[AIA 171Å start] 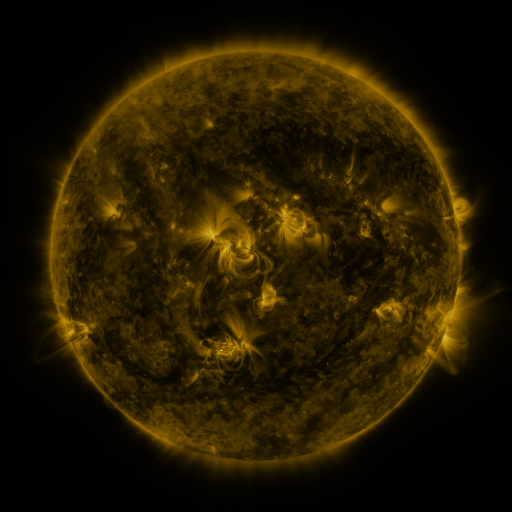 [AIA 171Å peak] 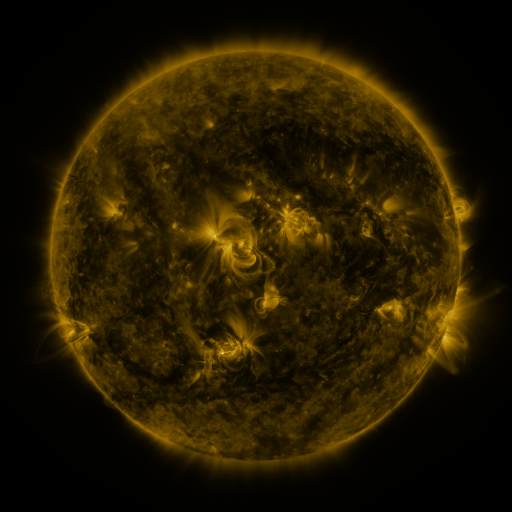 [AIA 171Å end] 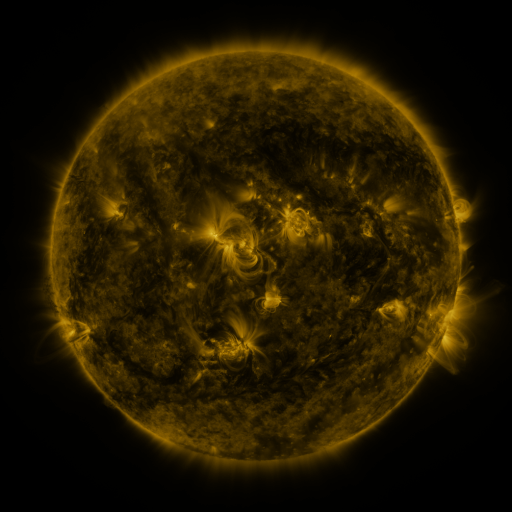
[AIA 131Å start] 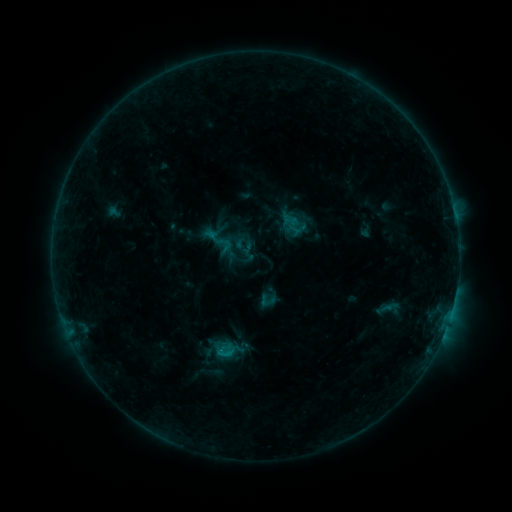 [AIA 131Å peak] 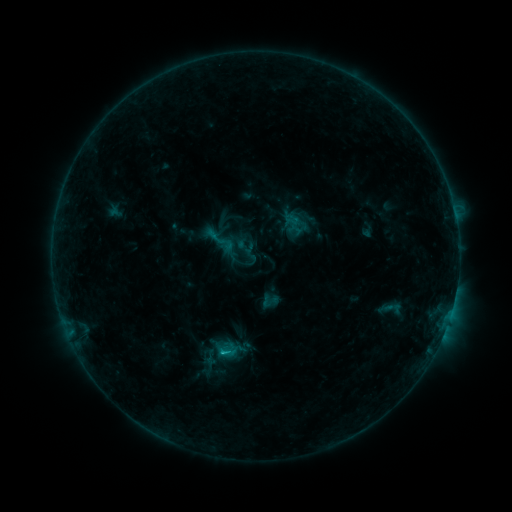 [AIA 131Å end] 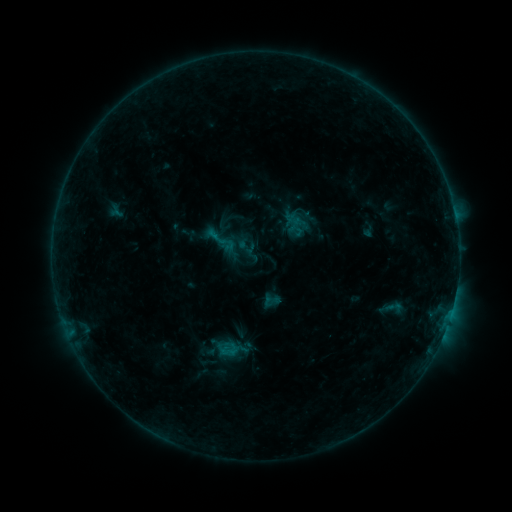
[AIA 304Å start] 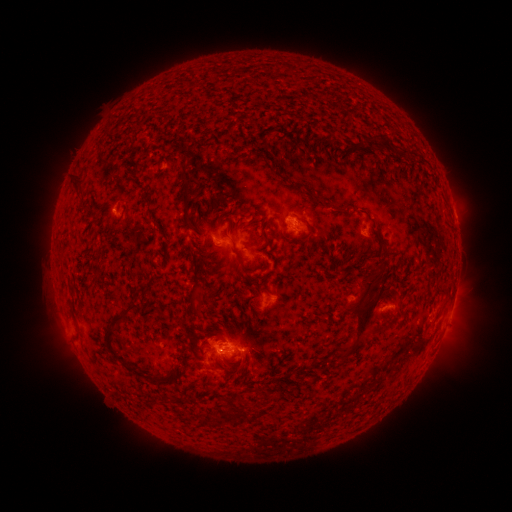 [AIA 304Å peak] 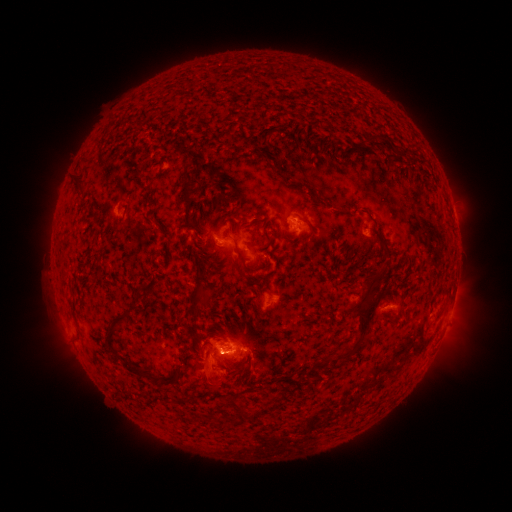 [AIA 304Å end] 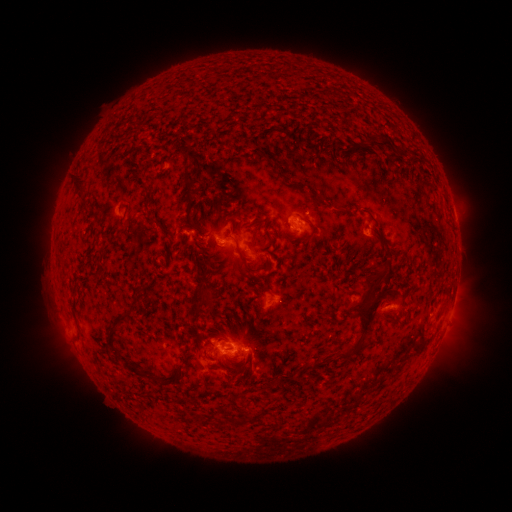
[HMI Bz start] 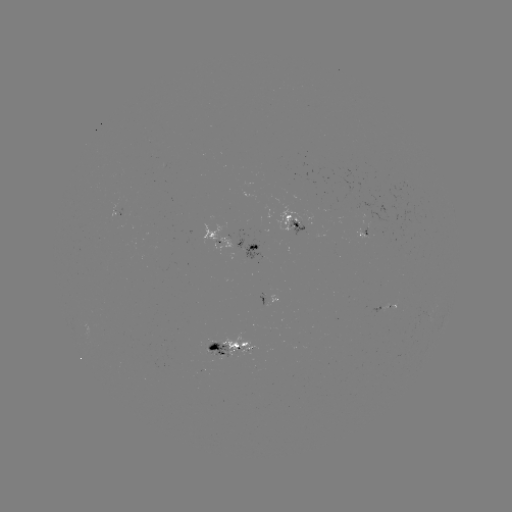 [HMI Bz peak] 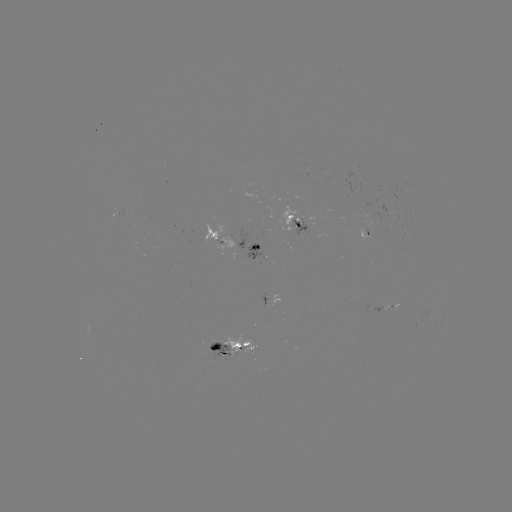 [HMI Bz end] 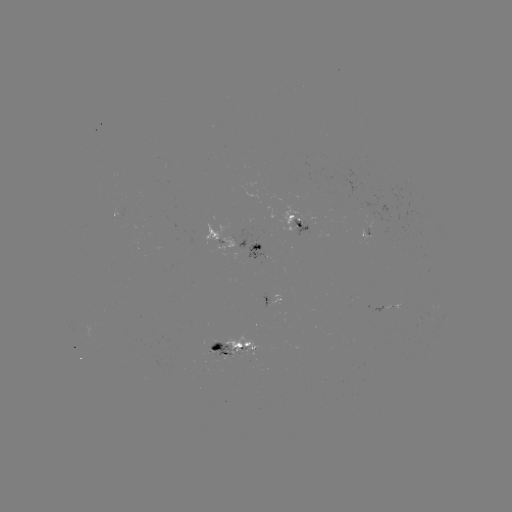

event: emerging-flux region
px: (249, 255)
